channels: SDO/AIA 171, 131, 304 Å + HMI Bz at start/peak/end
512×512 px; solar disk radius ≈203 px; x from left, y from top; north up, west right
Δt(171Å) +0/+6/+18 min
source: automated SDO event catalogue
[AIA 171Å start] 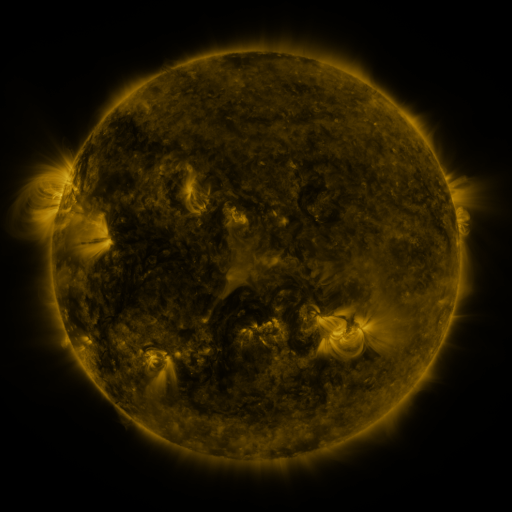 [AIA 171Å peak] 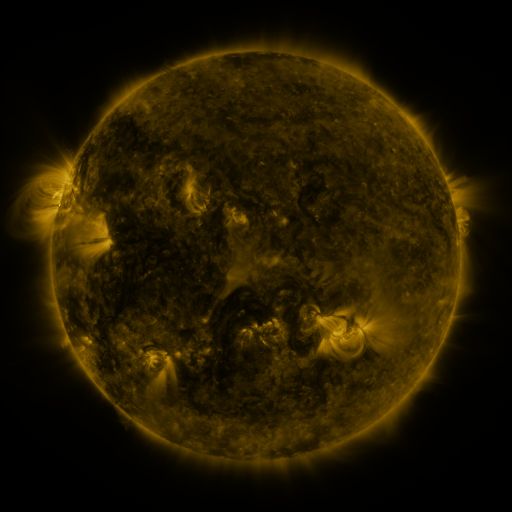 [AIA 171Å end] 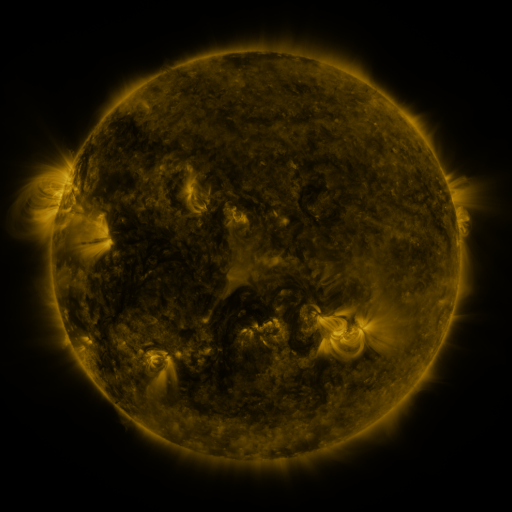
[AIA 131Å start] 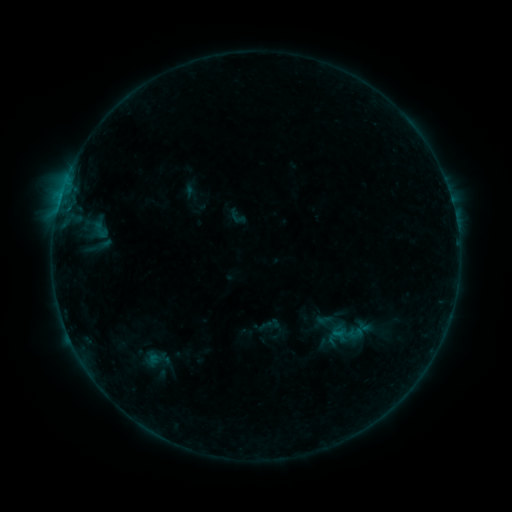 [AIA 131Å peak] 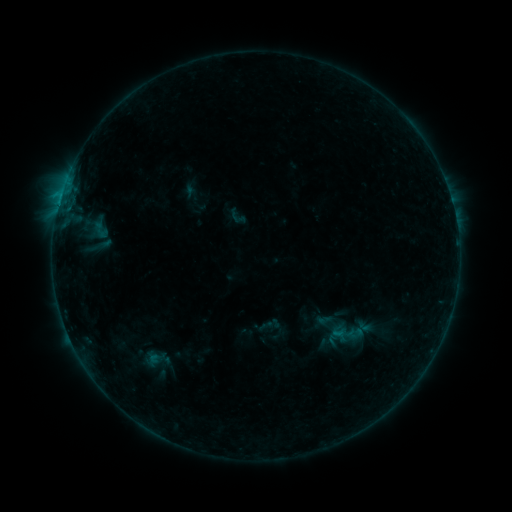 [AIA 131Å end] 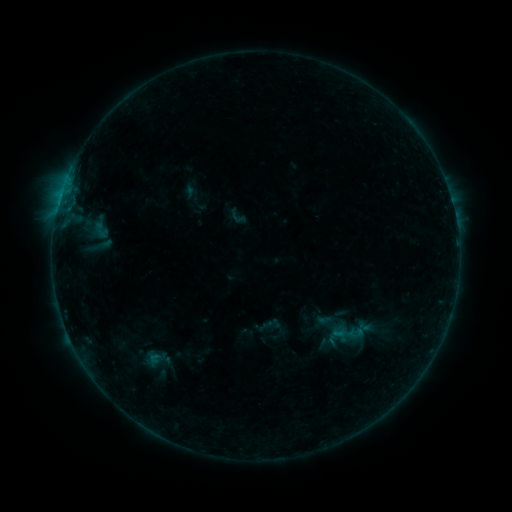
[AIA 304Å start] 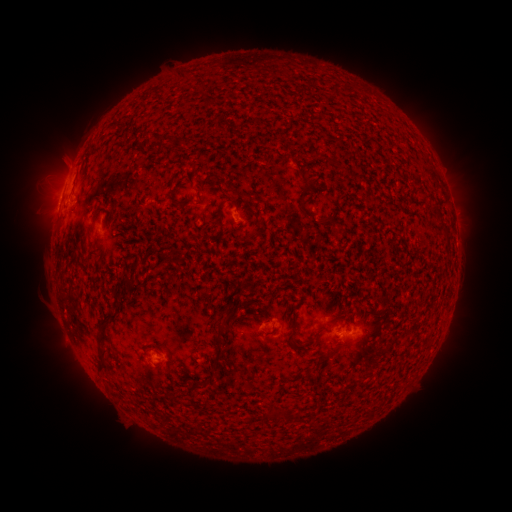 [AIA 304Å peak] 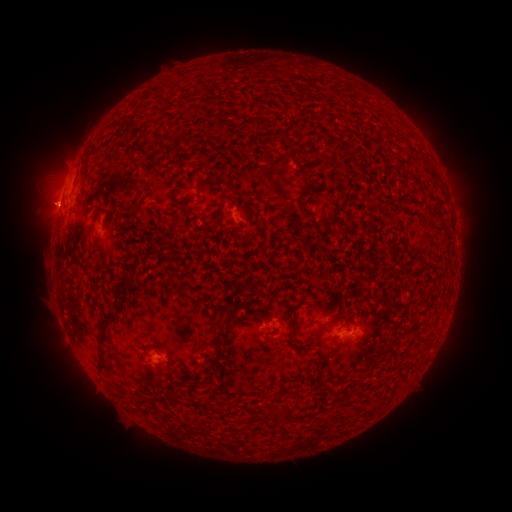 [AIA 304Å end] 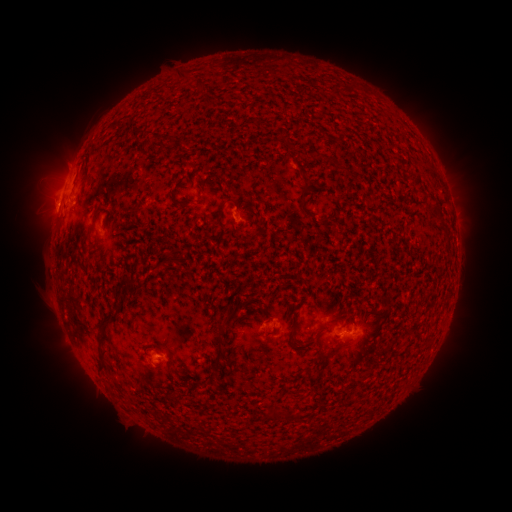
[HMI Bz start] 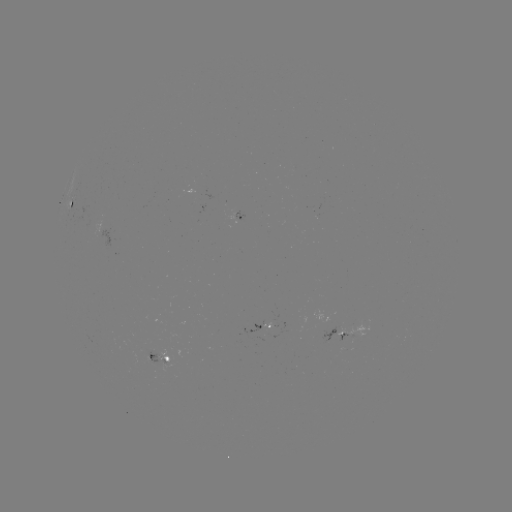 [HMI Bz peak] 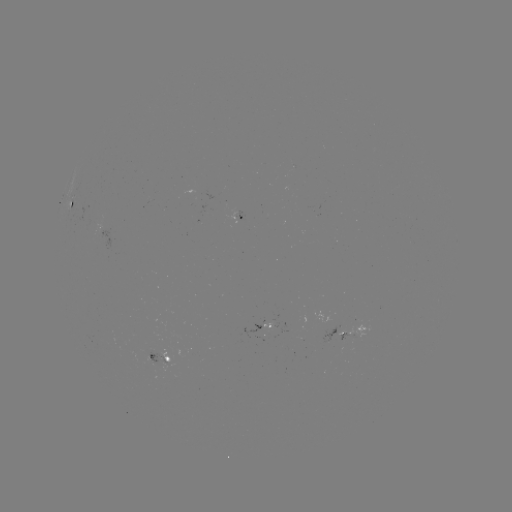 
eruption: <bbox>14, 170, 73, 255</bbox>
